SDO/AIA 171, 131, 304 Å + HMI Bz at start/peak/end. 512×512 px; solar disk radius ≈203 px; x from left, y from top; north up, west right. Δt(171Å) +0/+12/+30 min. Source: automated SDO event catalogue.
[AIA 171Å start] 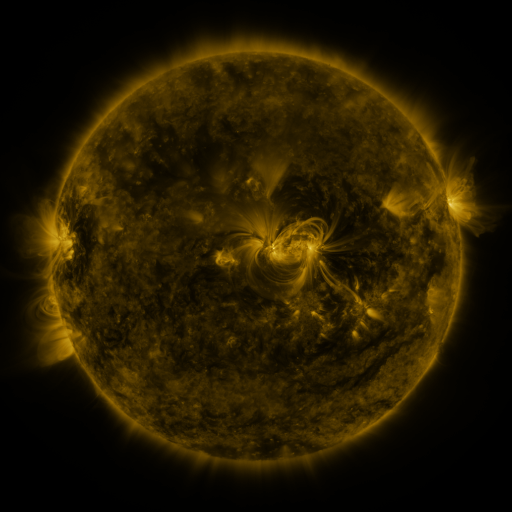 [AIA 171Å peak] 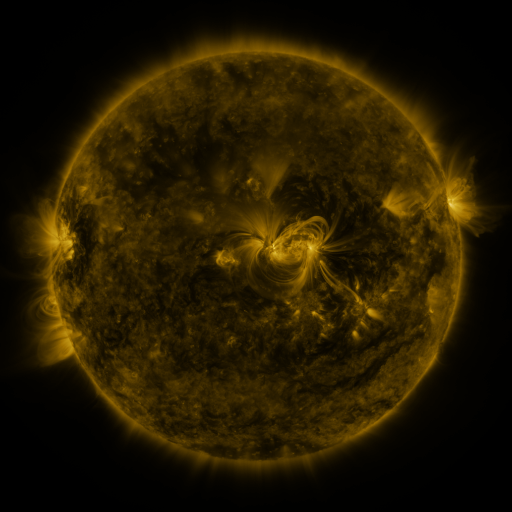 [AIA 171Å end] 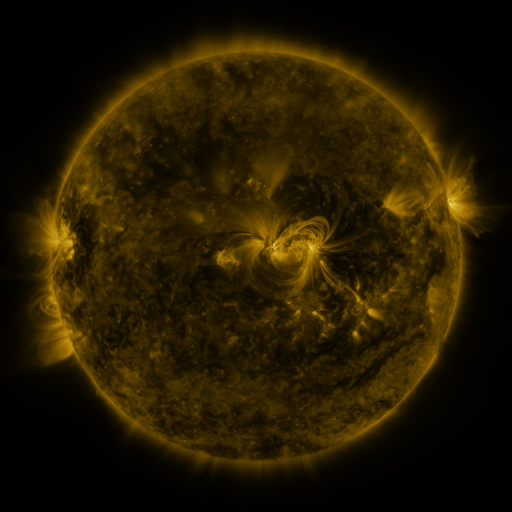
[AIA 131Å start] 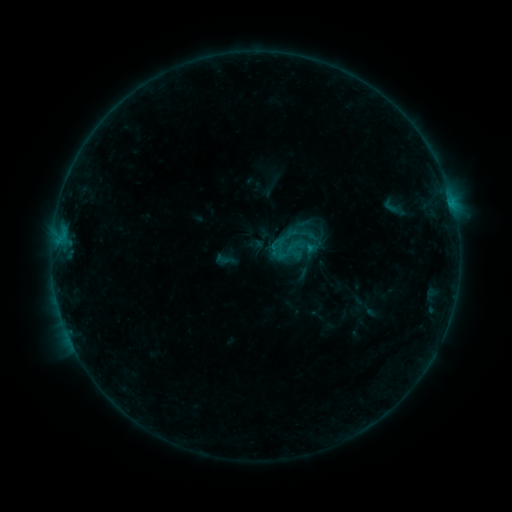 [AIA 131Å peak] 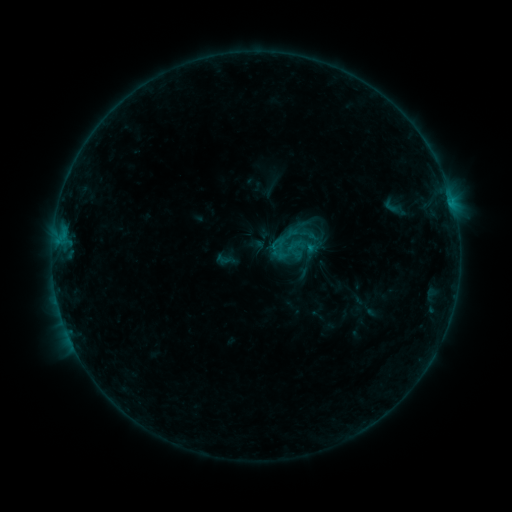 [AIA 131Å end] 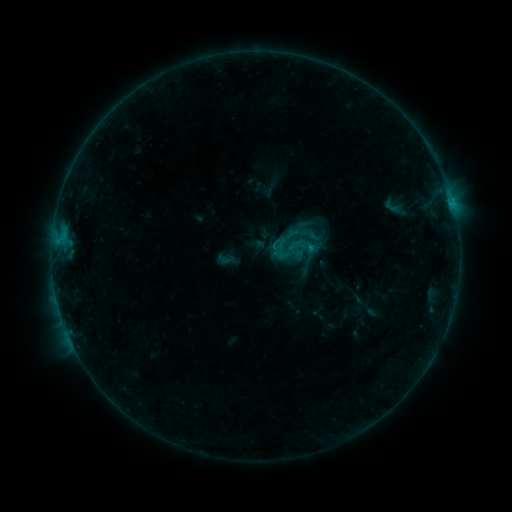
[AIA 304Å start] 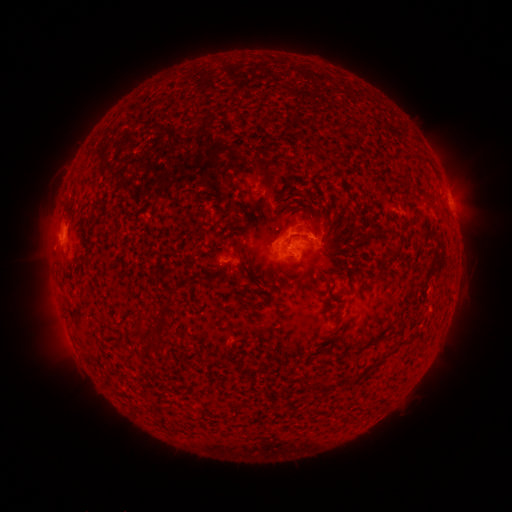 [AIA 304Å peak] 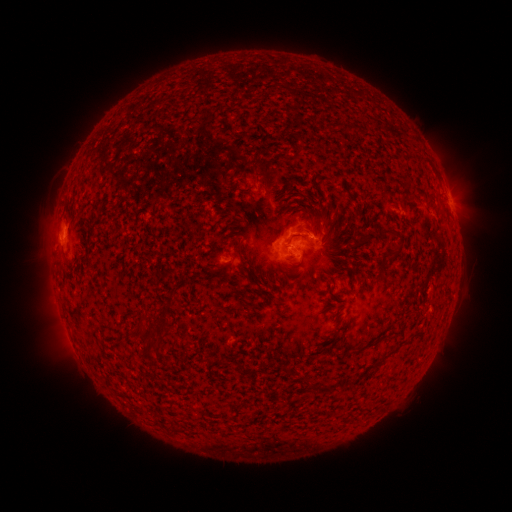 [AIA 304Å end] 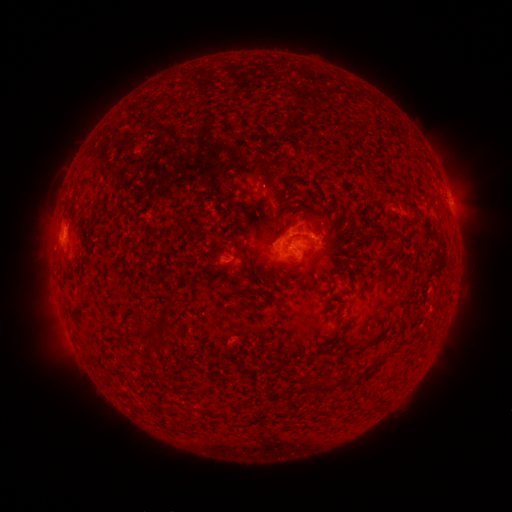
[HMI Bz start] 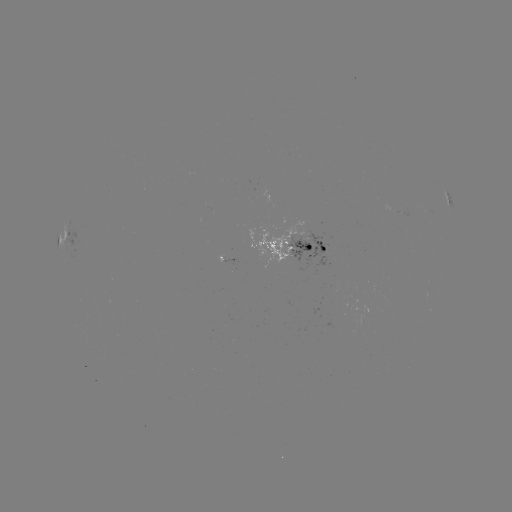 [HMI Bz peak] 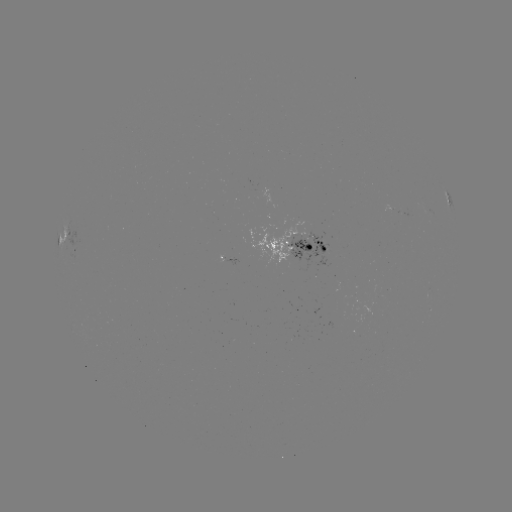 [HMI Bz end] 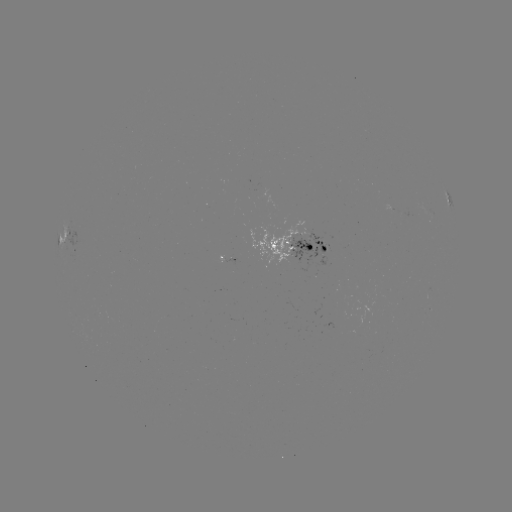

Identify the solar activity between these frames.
no flare in any classed list; no EUV-trigger detection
